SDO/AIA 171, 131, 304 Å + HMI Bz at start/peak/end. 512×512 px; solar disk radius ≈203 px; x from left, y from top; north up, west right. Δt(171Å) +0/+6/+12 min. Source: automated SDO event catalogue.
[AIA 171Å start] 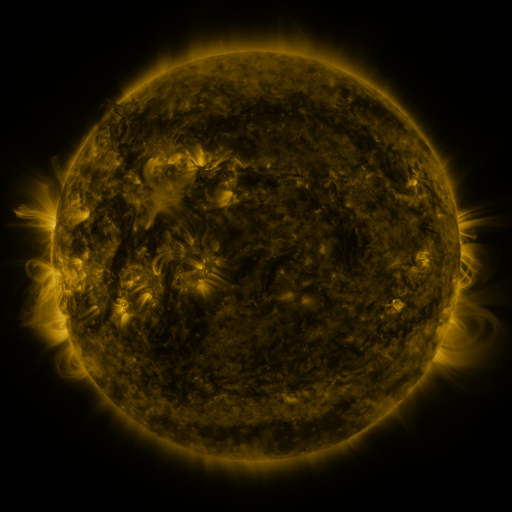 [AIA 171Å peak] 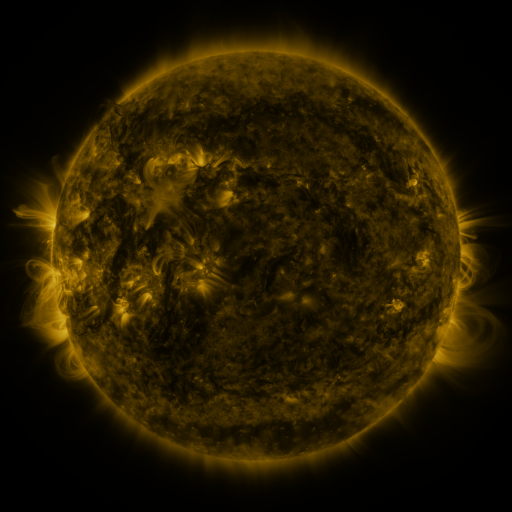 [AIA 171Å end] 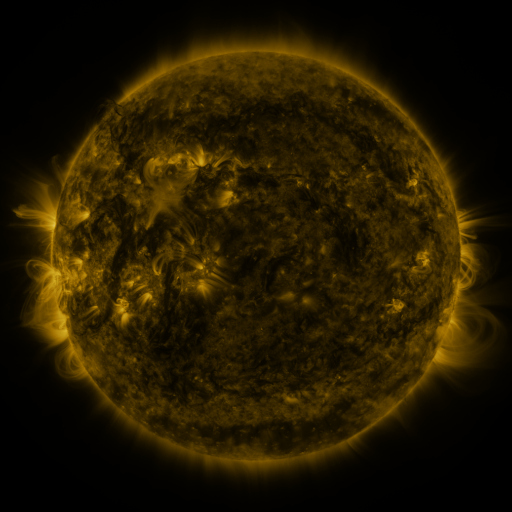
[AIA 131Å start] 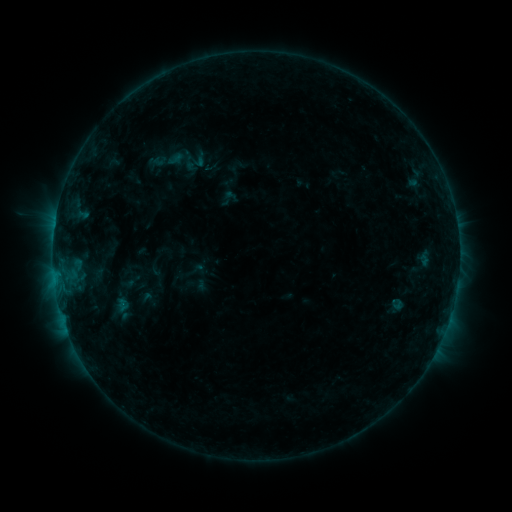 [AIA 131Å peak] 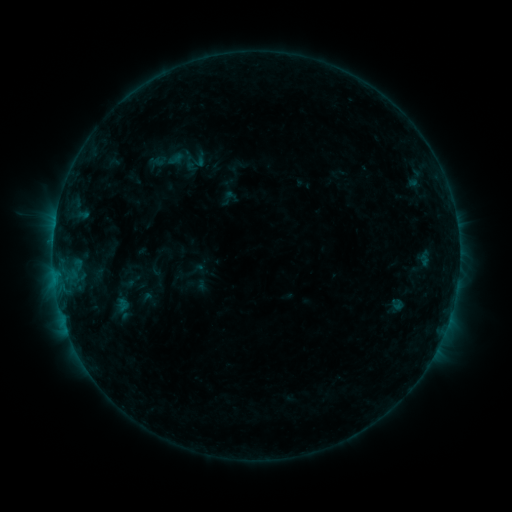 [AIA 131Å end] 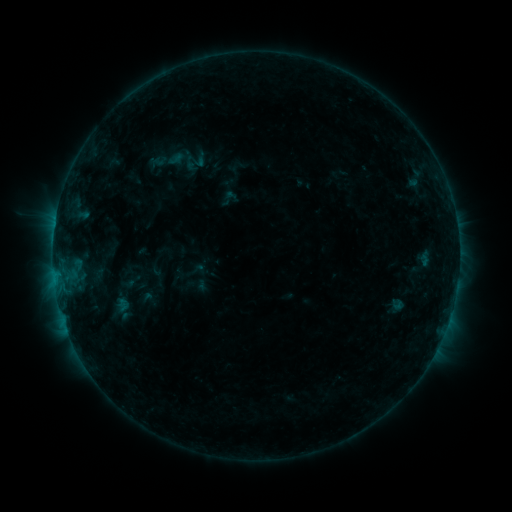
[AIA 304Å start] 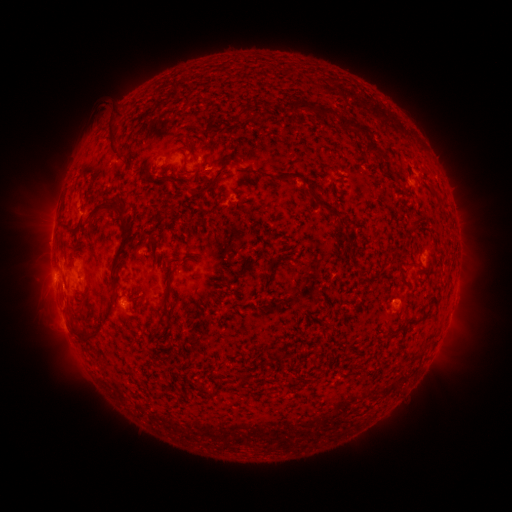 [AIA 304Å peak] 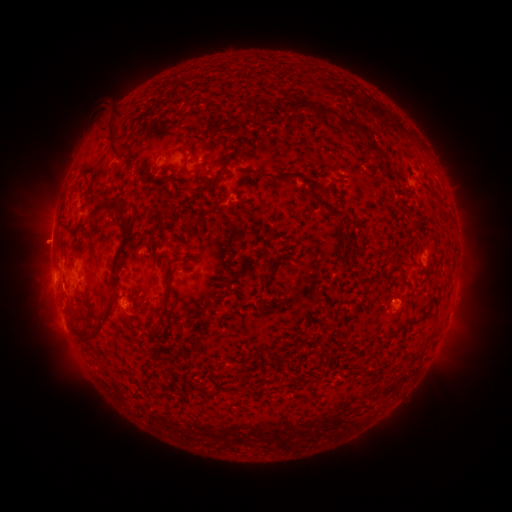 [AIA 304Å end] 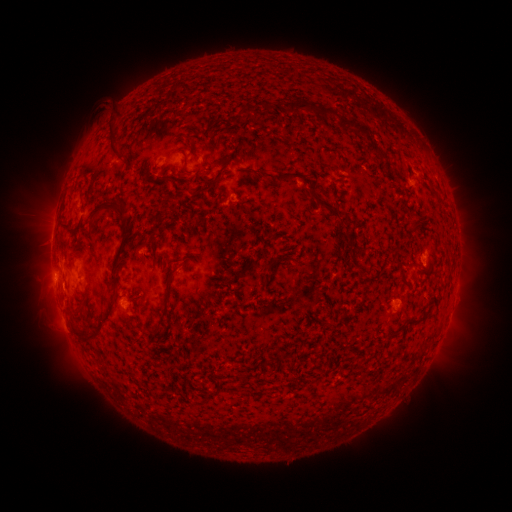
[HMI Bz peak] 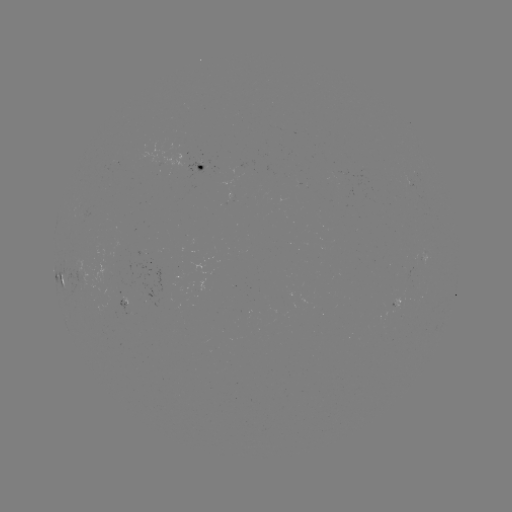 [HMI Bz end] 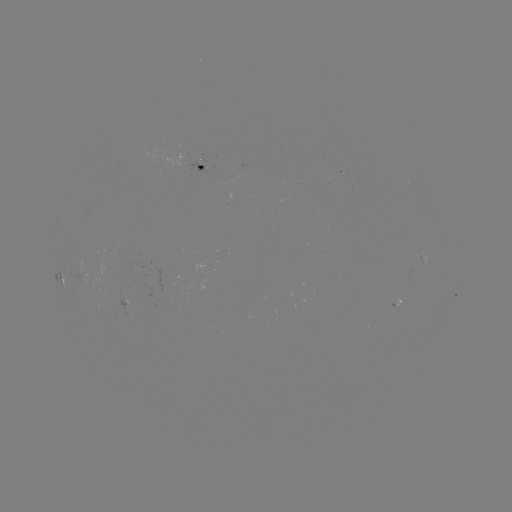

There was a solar eruption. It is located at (45, 242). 